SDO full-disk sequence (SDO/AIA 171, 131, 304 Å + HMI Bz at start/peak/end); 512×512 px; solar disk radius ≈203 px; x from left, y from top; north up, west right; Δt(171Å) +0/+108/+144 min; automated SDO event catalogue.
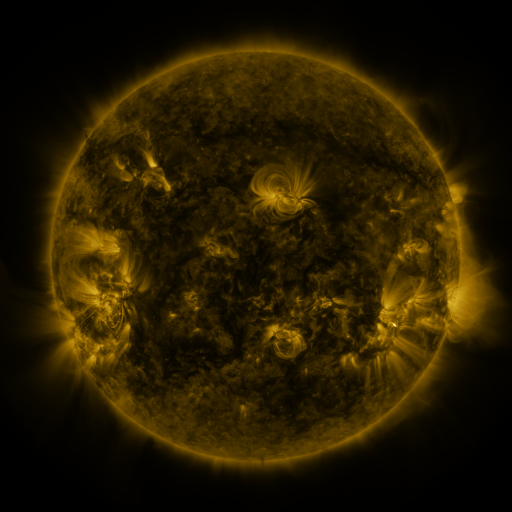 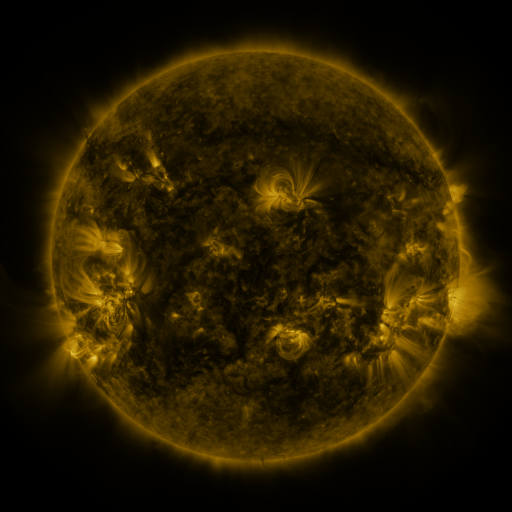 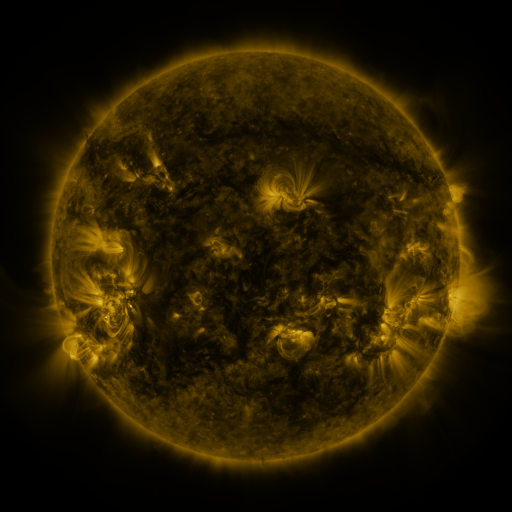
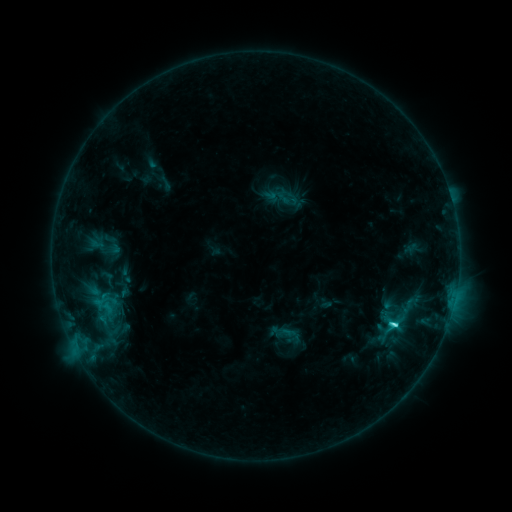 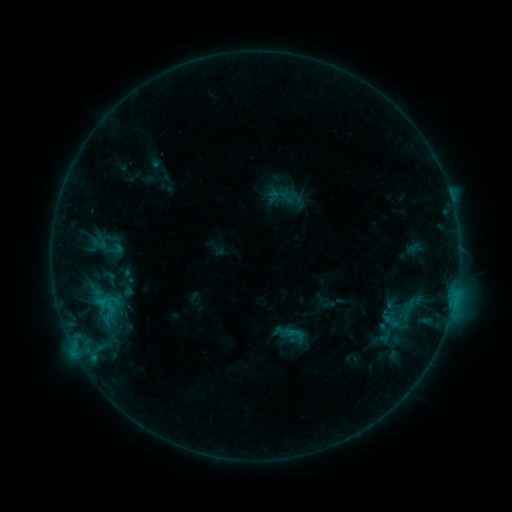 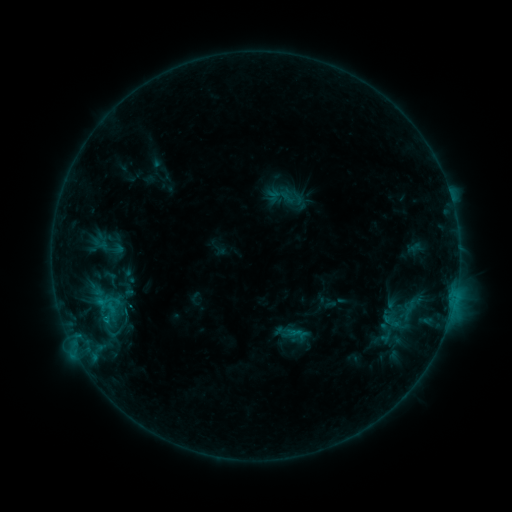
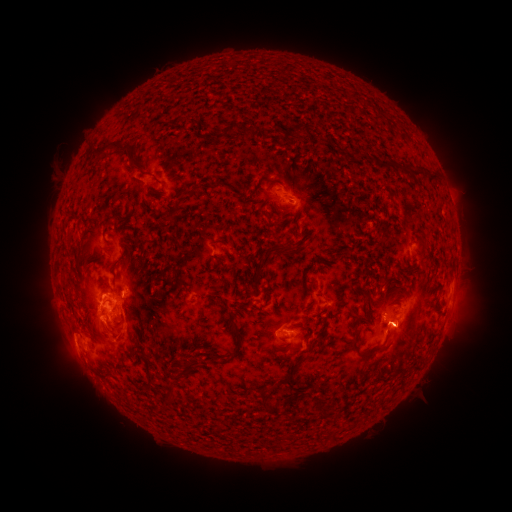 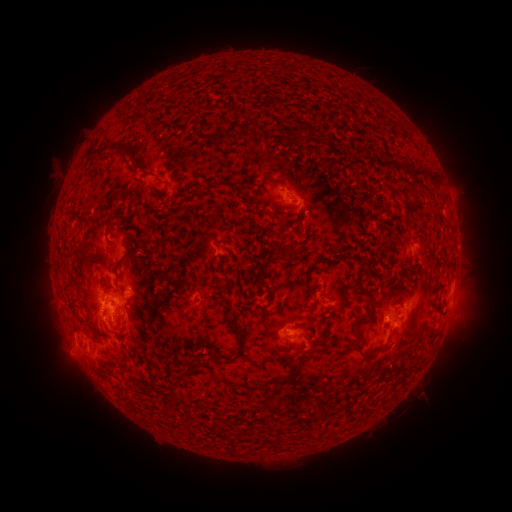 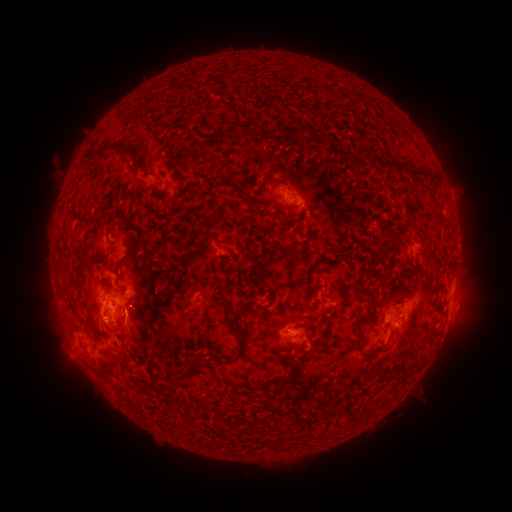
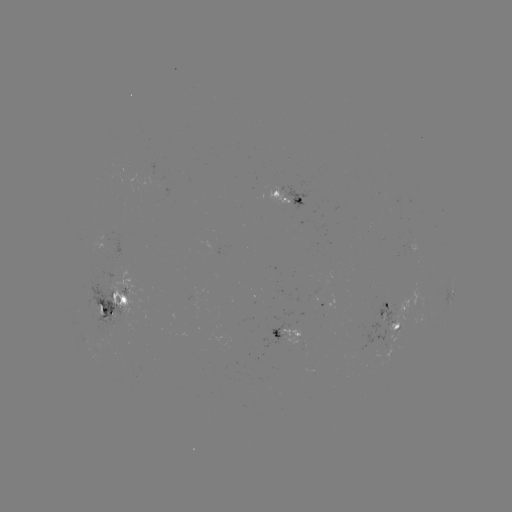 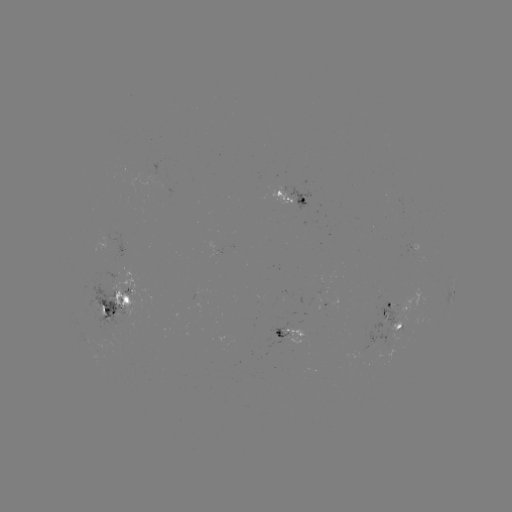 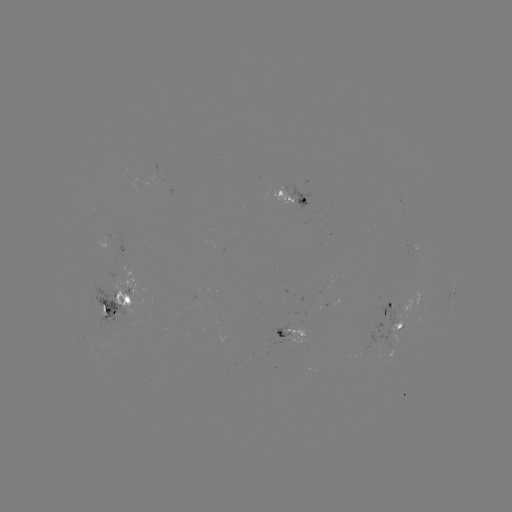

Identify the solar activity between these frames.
emerging-flux region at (378, 339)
